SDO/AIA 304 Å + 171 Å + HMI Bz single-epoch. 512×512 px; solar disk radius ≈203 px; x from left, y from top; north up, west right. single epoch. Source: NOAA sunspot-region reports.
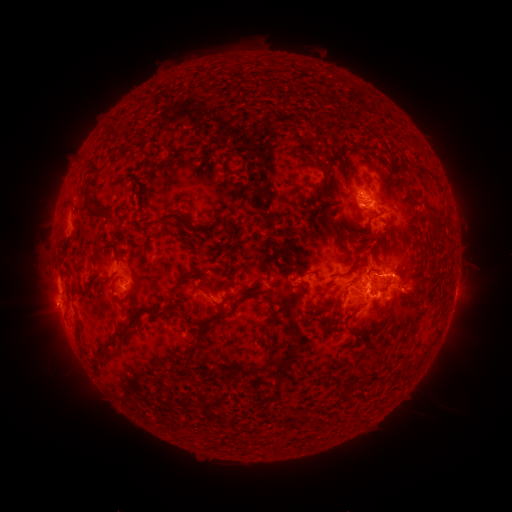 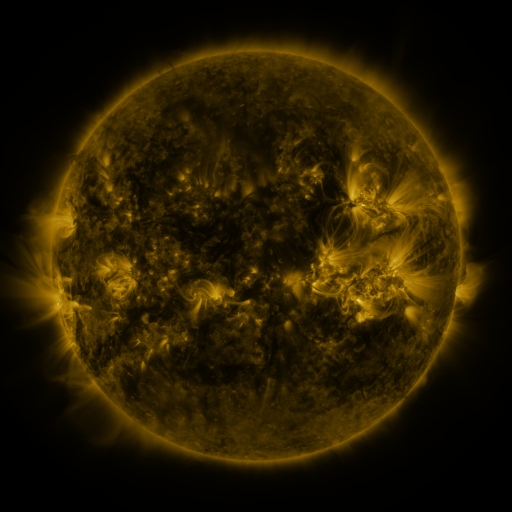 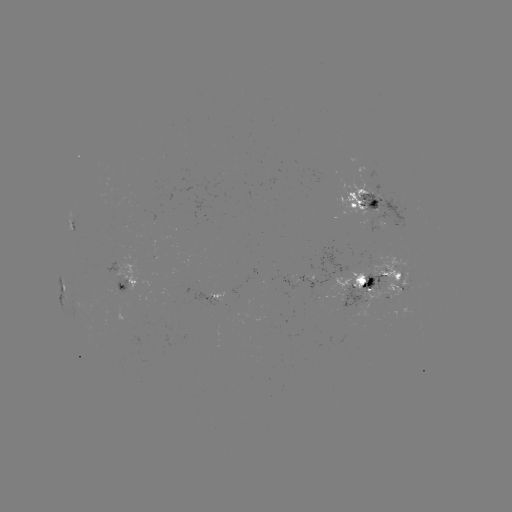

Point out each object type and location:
spotted active region: (374, 206)
spotted active region: (75, 224)
spotted active region: (290, 279)
spotted active region: (378, 280)
spotted active region: (120, 282)
spotted active region: (62, 289)
spotted active region: (455, 289)
spotted active region: (215, 297)
